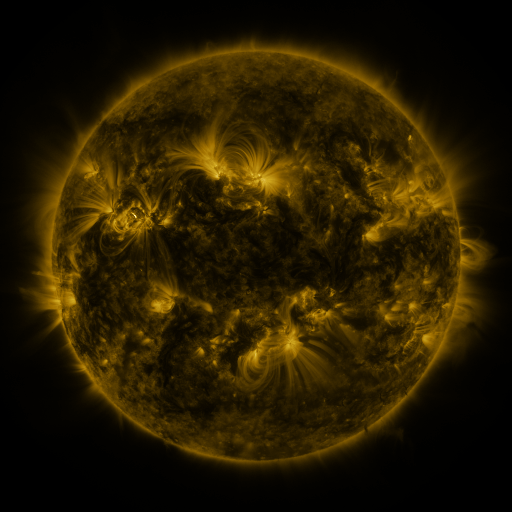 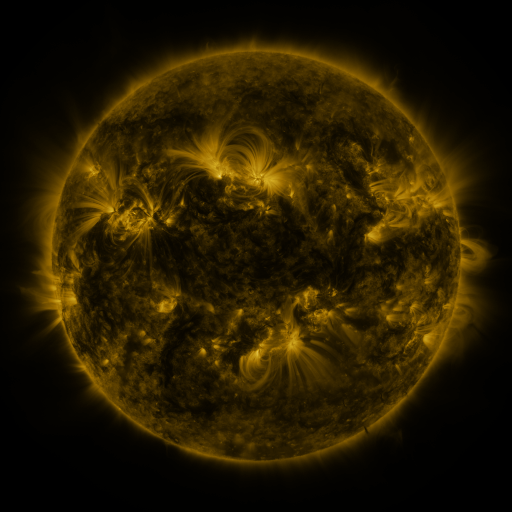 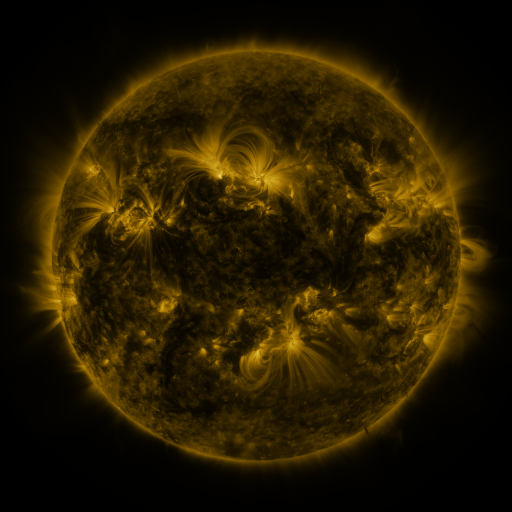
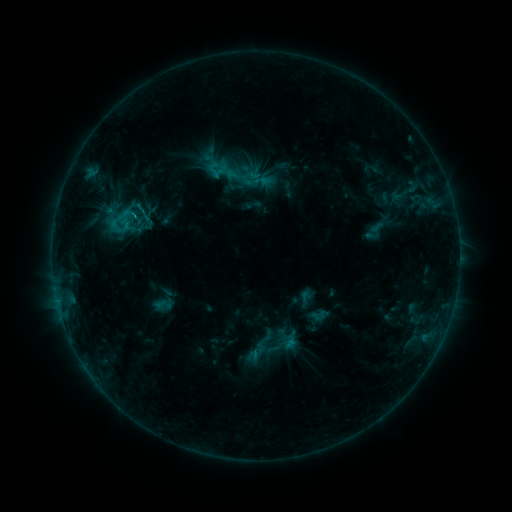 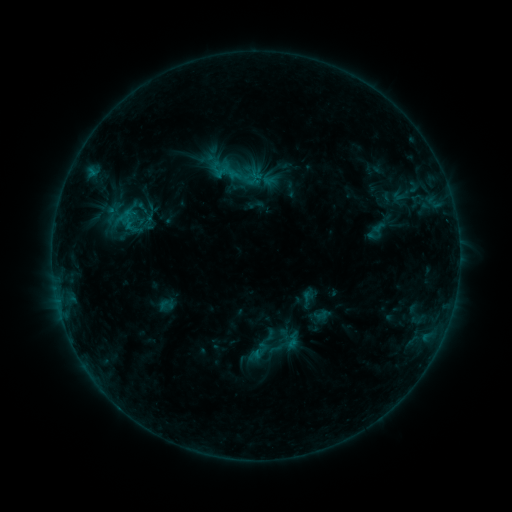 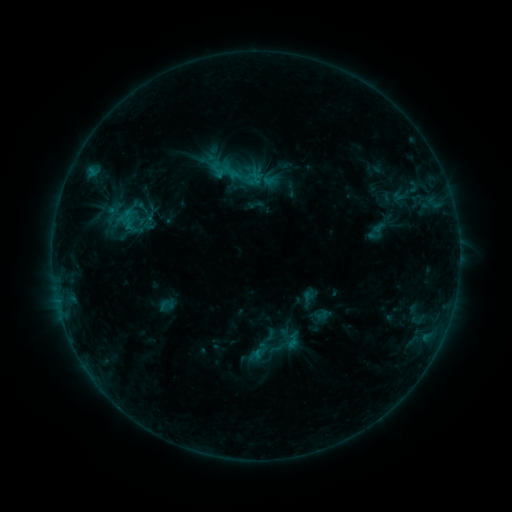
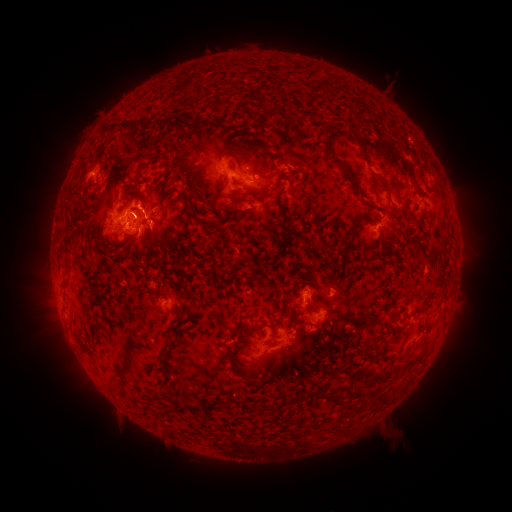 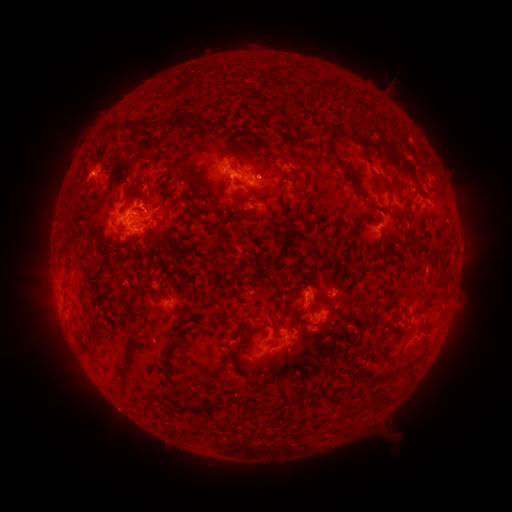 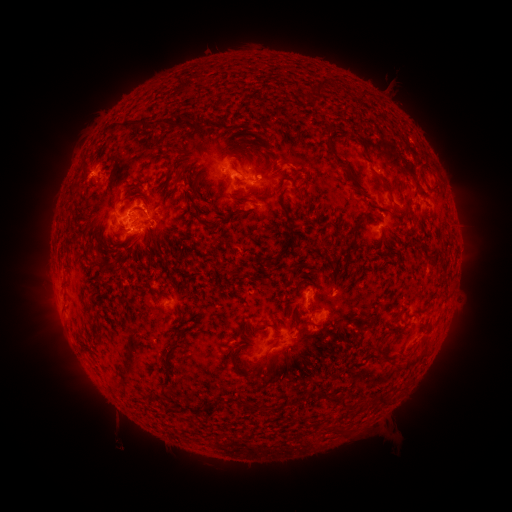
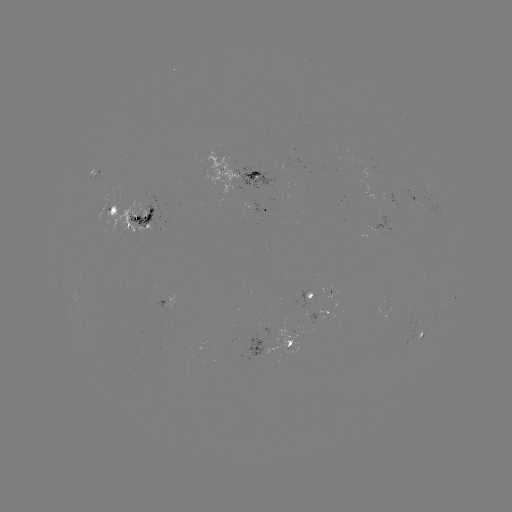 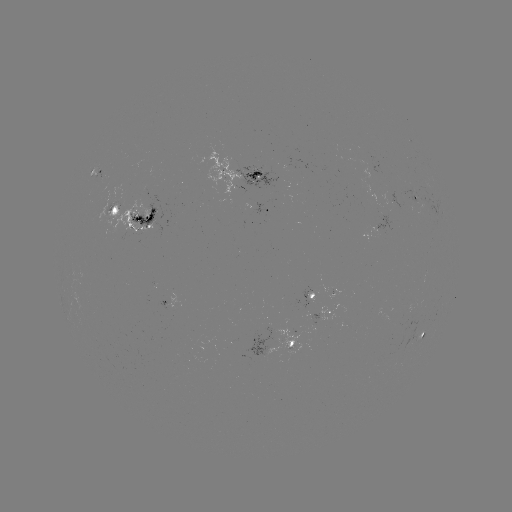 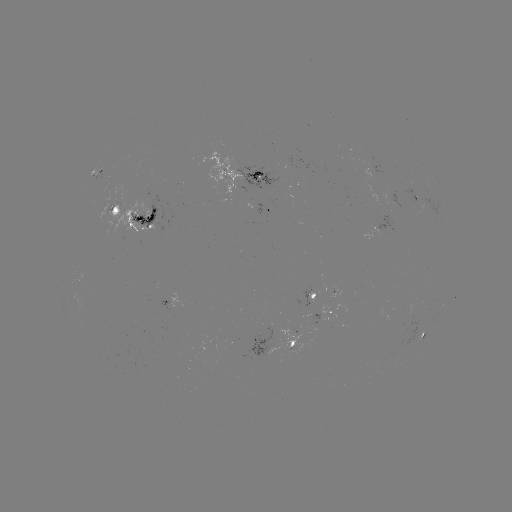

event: emerging-flux region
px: (257, 178)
